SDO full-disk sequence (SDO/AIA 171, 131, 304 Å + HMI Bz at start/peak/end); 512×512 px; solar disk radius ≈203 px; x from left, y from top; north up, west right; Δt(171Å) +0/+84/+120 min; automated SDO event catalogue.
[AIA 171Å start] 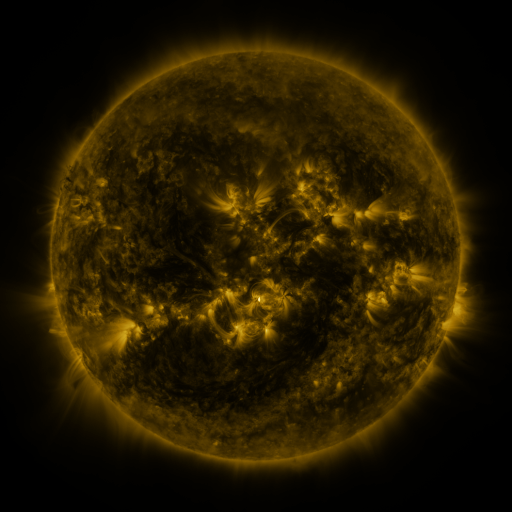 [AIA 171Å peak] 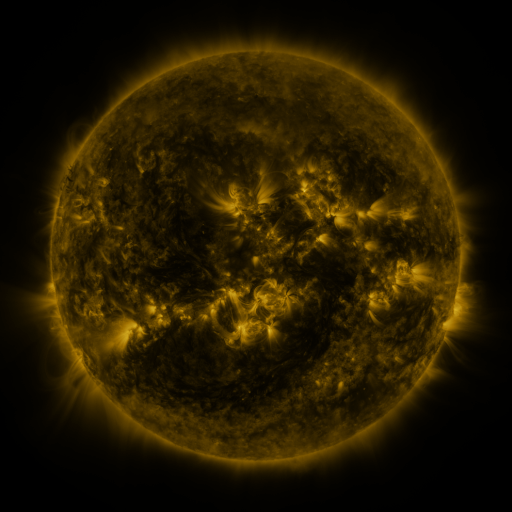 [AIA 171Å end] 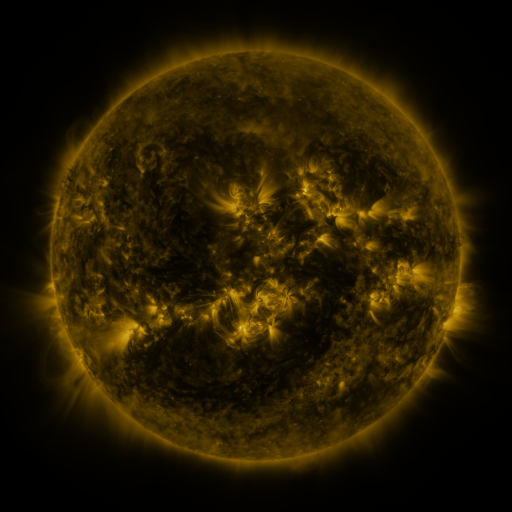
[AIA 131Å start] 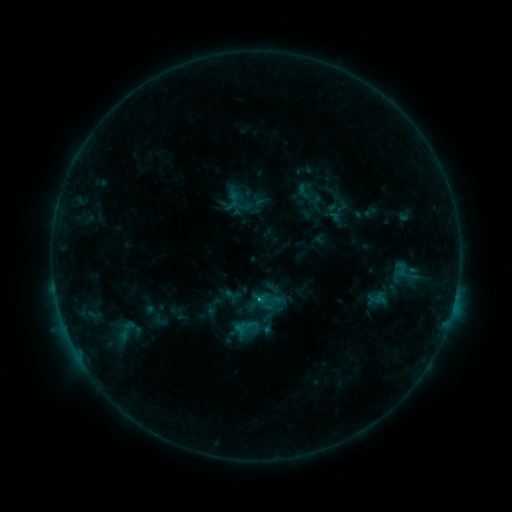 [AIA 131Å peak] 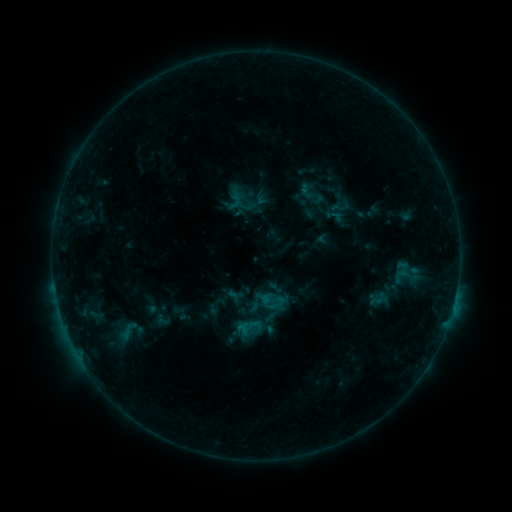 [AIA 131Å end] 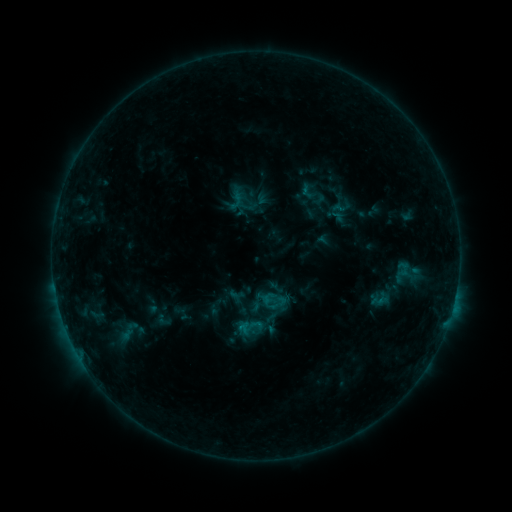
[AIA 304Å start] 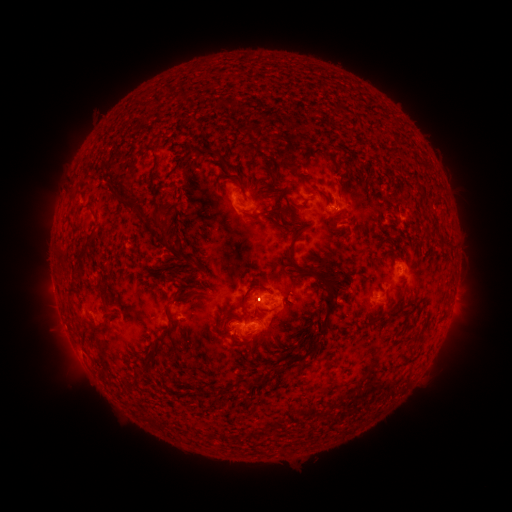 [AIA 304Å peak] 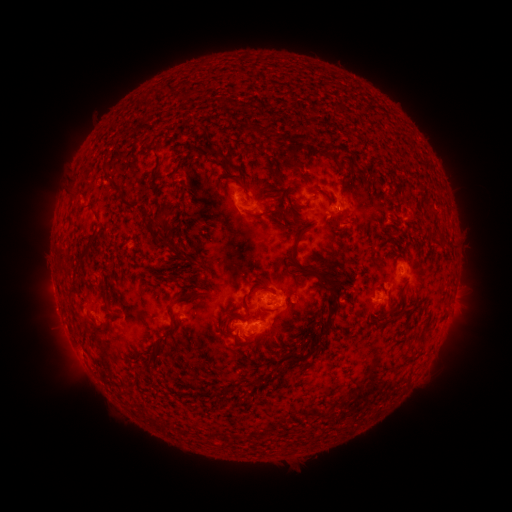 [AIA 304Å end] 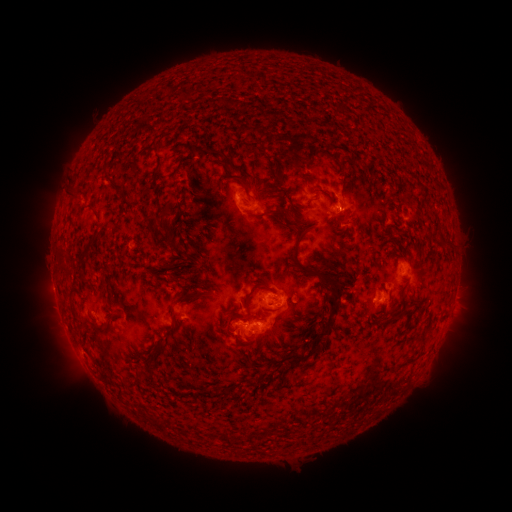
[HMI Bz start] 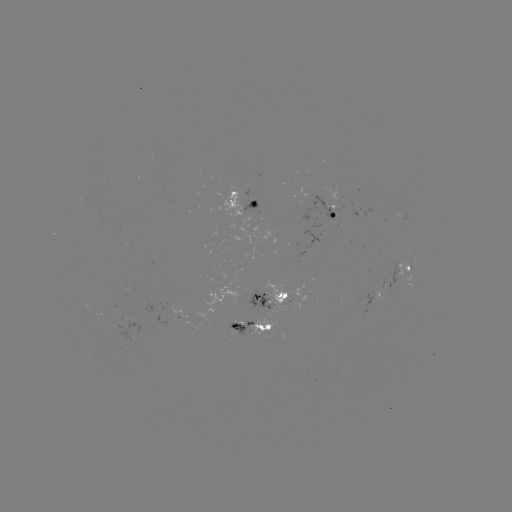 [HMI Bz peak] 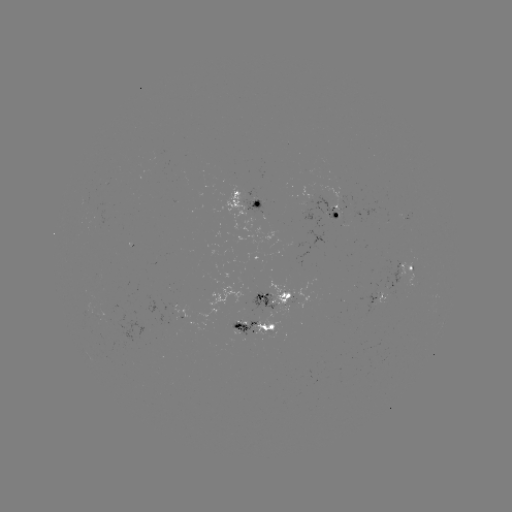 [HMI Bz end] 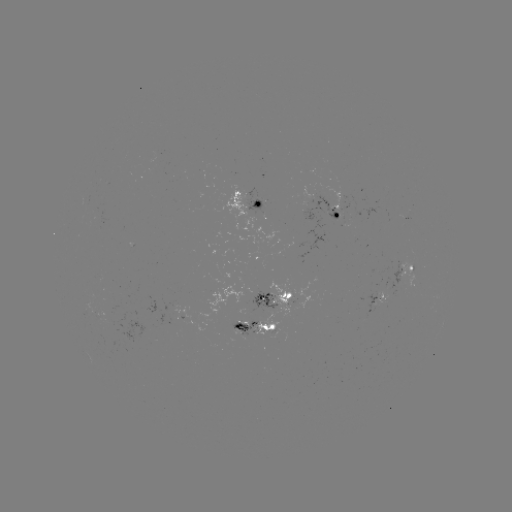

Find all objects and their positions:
emerging-flux region: (98, 215)
